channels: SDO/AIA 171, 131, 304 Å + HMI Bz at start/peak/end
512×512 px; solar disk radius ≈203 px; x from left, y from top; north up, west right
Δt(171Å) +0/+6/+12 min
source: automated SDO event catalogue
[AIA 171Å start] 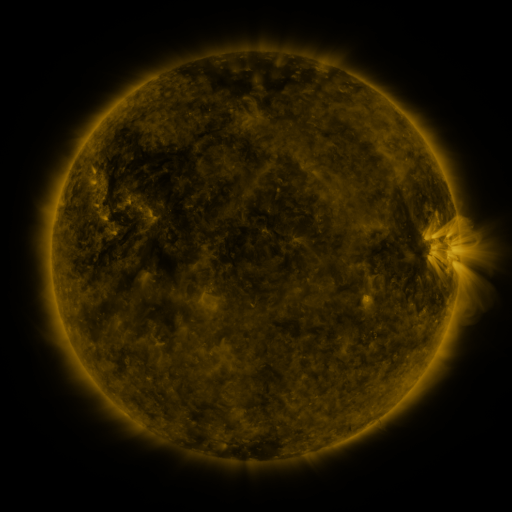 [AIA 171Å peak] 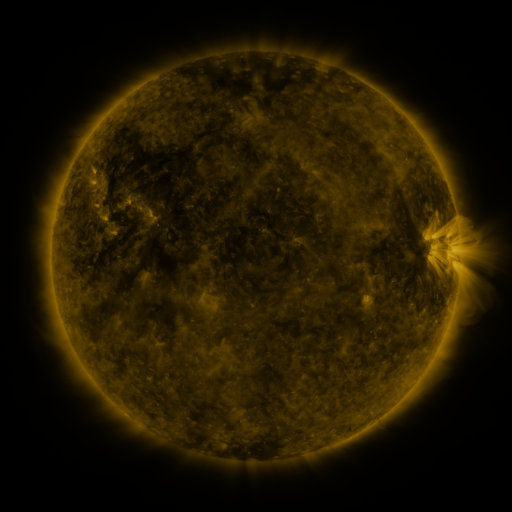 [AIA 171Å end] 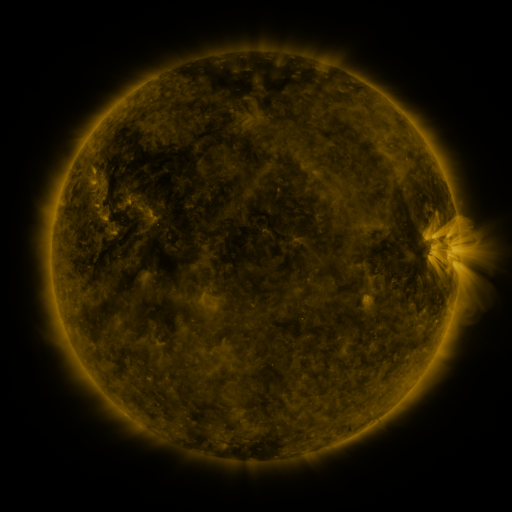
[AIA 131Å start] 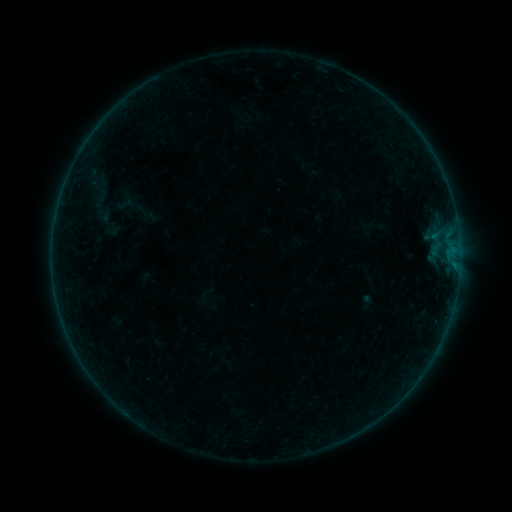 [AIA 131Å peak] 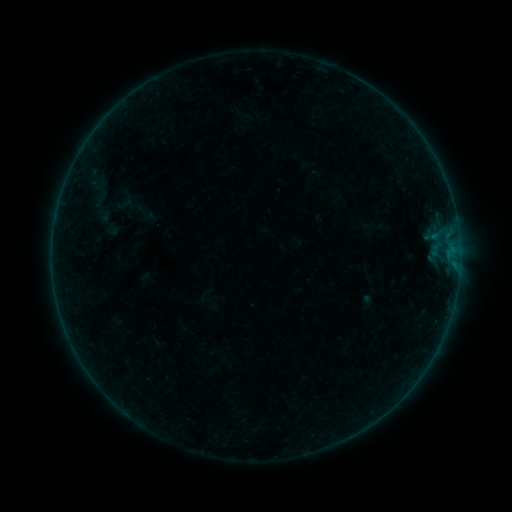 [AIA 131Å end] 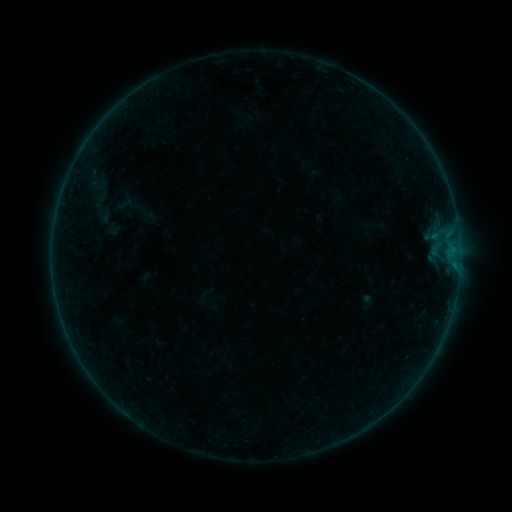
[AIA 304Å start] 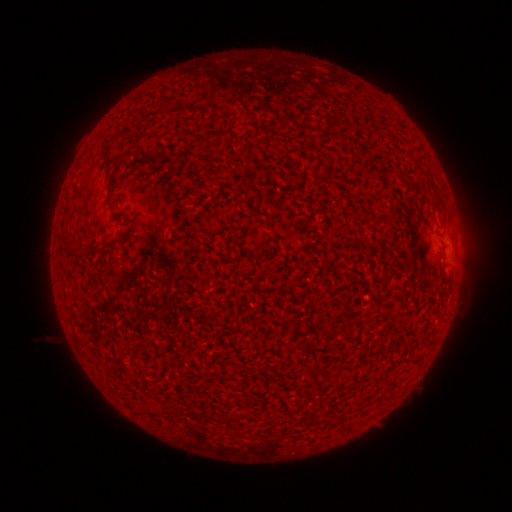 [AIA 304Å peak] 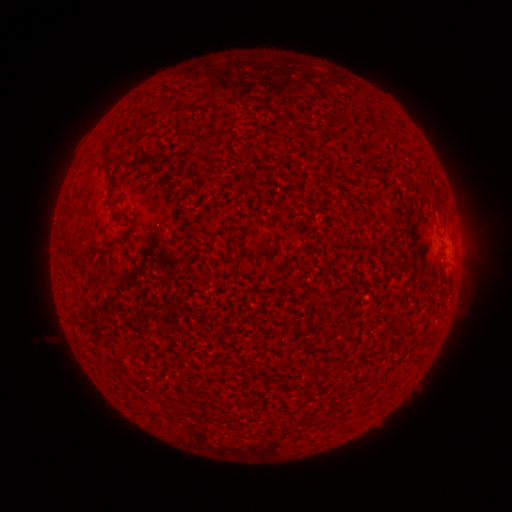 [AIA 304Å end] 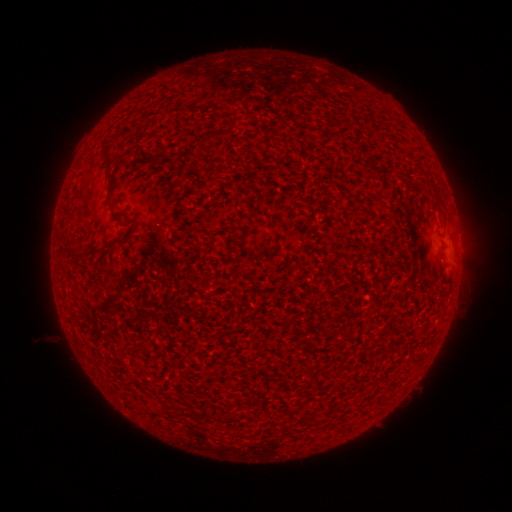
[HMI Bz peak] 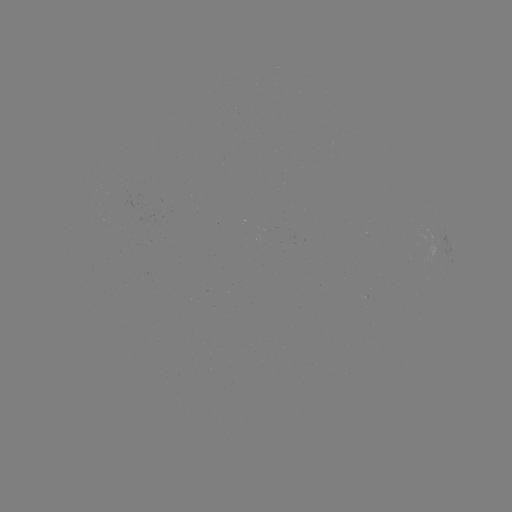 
no catalogued flare and no flagged EUV brightening in this window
